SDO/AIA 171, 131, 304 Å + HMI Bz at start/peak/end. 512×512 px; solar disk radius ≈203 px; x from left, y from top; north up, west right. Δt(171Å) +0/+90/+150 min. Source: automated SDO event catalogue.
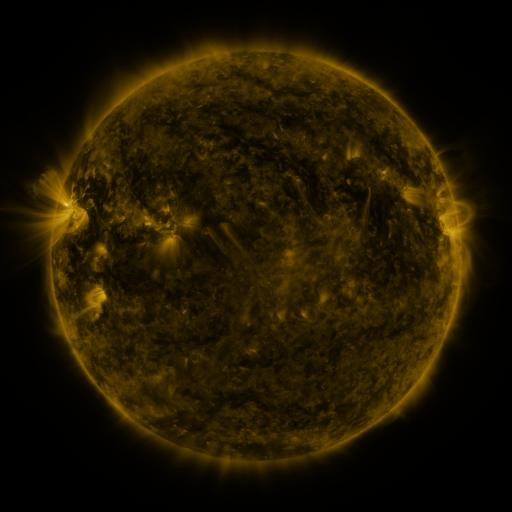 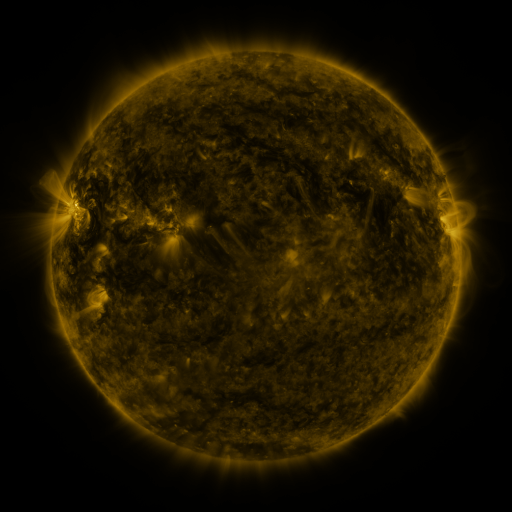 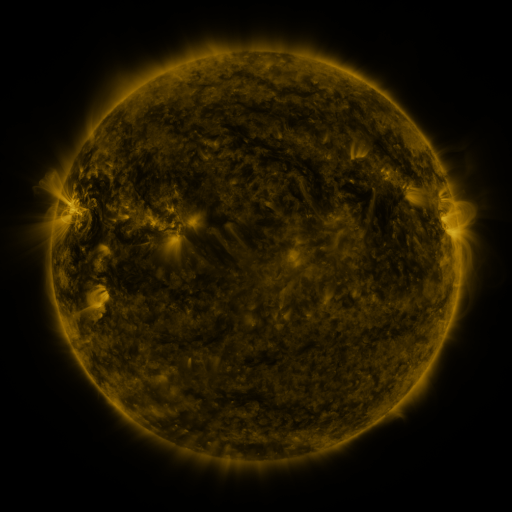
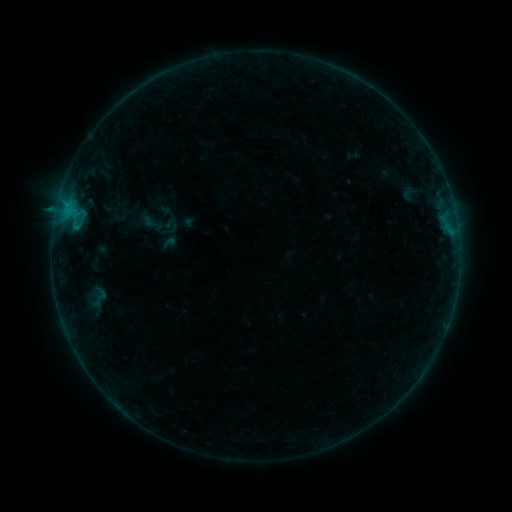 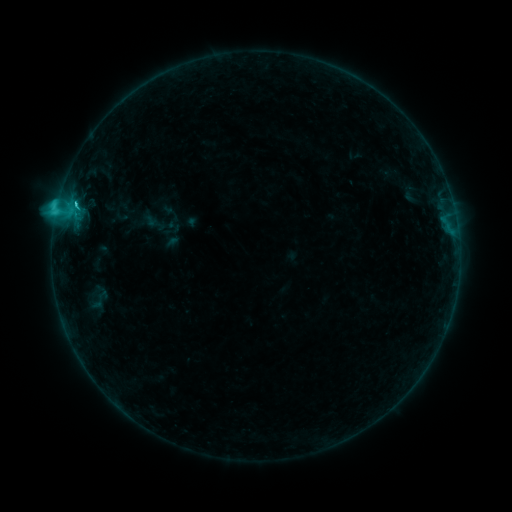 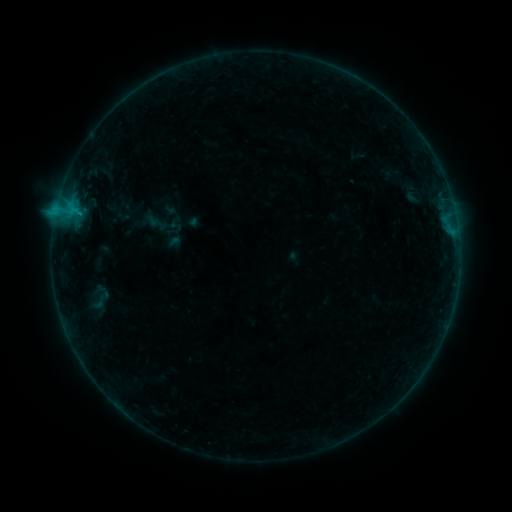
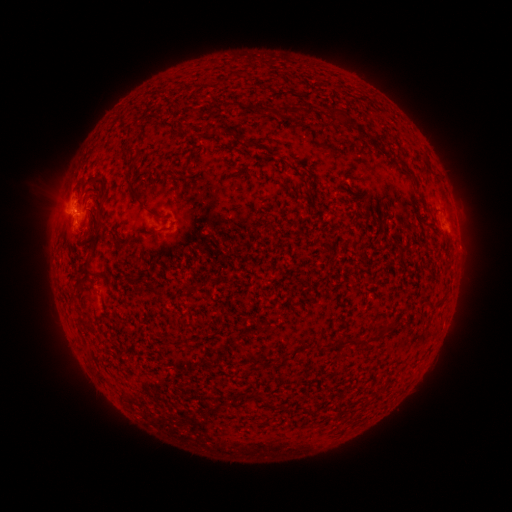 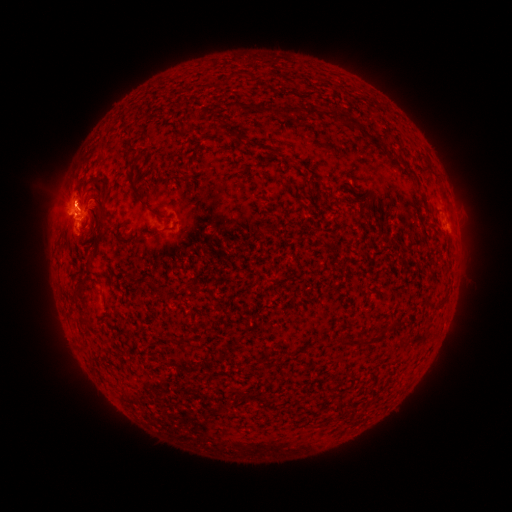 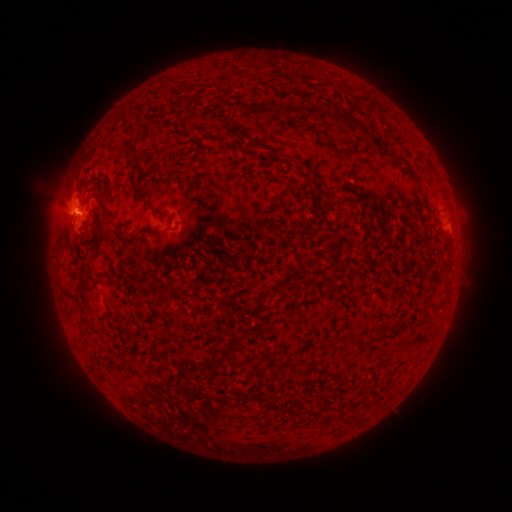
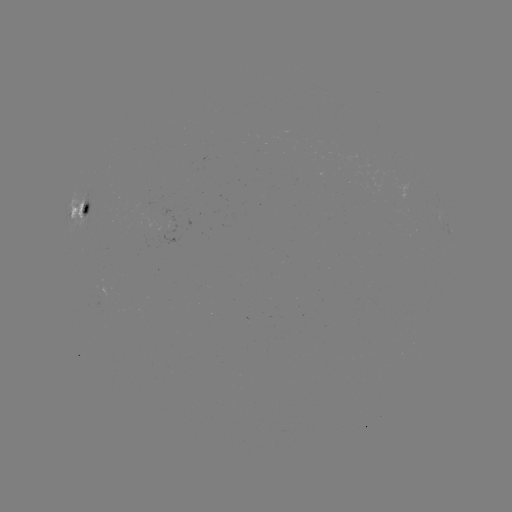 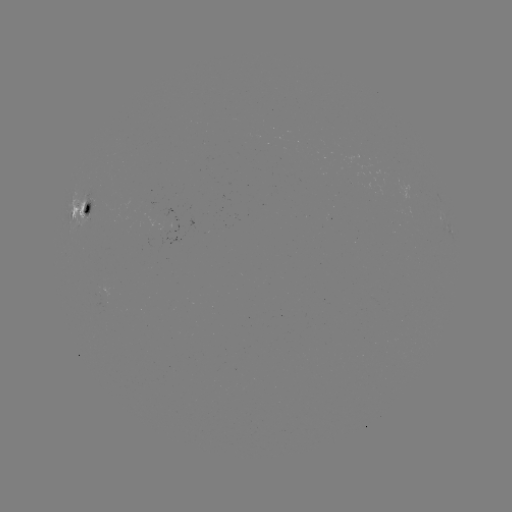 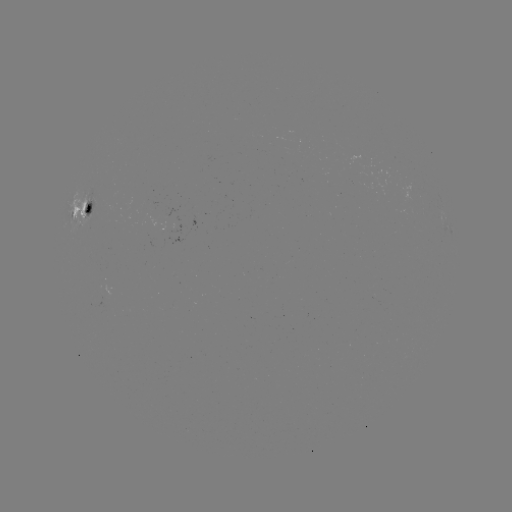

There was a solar flare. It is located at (77, 204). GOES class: C2.8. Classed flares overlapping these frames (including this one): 2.